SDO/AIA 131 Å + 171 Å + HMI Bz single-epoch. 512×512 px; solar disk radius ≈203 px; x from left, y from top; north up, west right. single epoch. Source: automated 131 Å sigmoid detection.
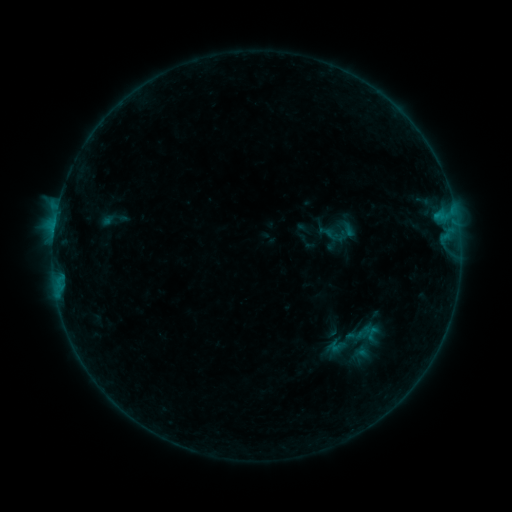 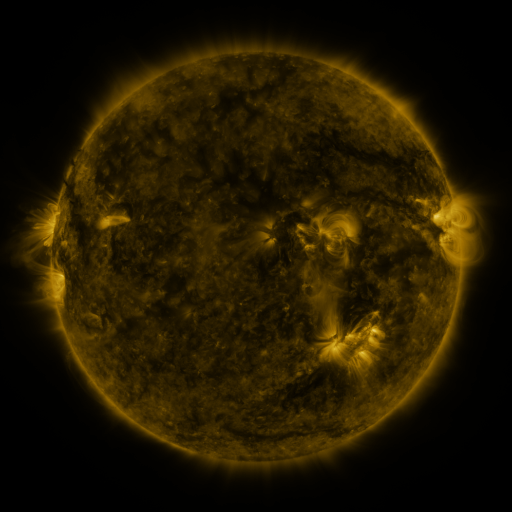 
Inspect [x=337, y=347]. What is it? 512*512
sigmoid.